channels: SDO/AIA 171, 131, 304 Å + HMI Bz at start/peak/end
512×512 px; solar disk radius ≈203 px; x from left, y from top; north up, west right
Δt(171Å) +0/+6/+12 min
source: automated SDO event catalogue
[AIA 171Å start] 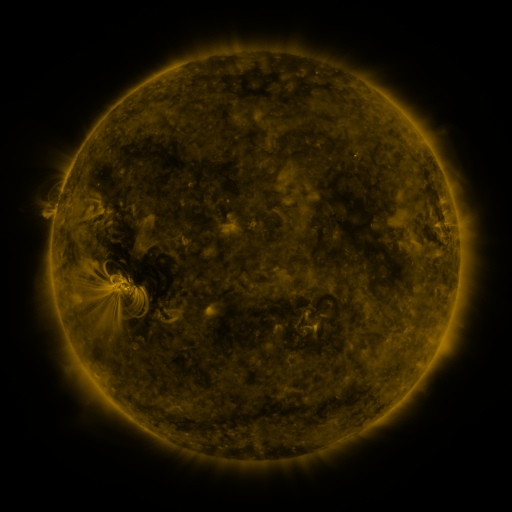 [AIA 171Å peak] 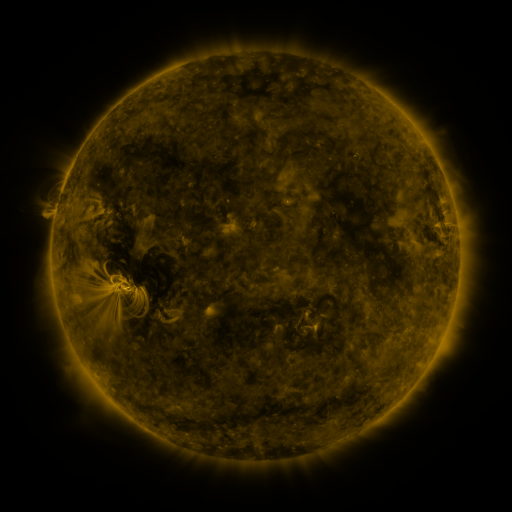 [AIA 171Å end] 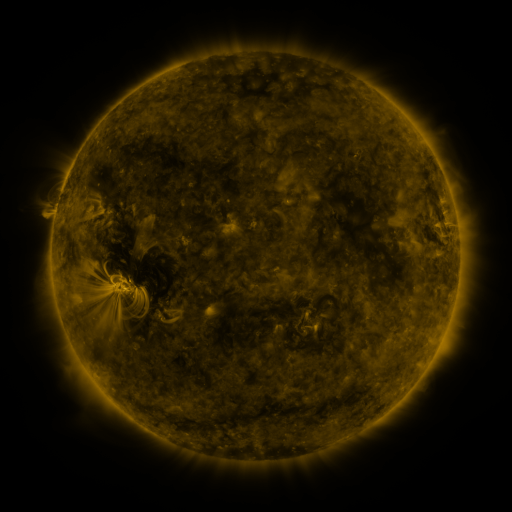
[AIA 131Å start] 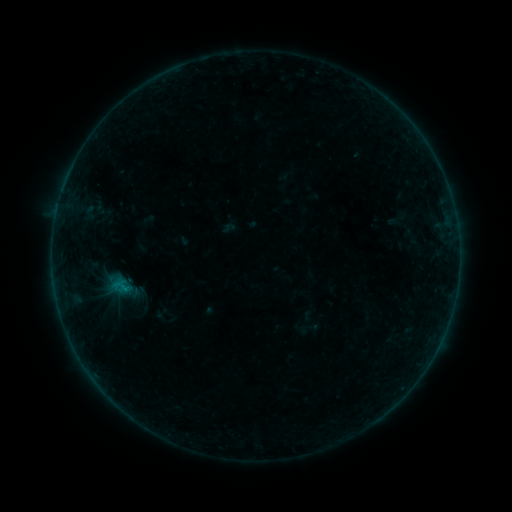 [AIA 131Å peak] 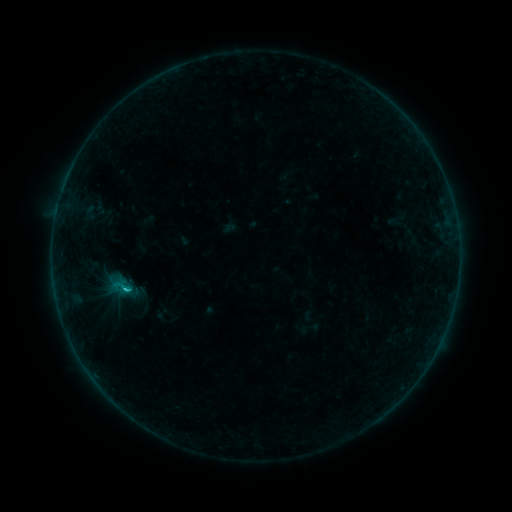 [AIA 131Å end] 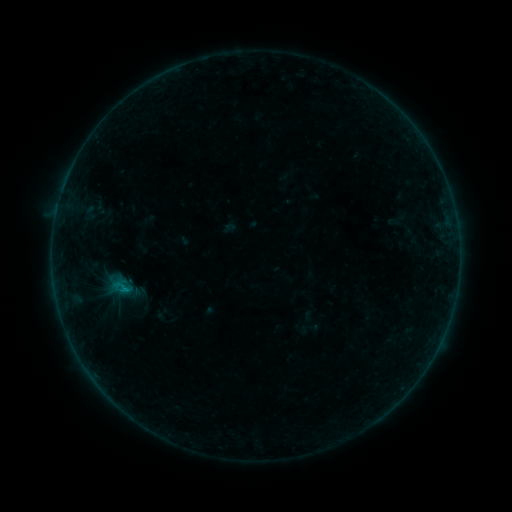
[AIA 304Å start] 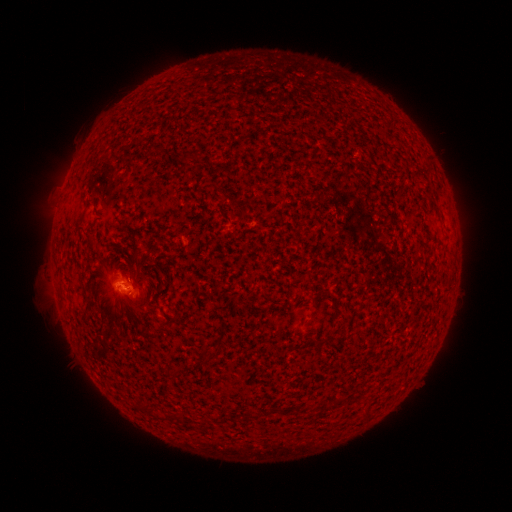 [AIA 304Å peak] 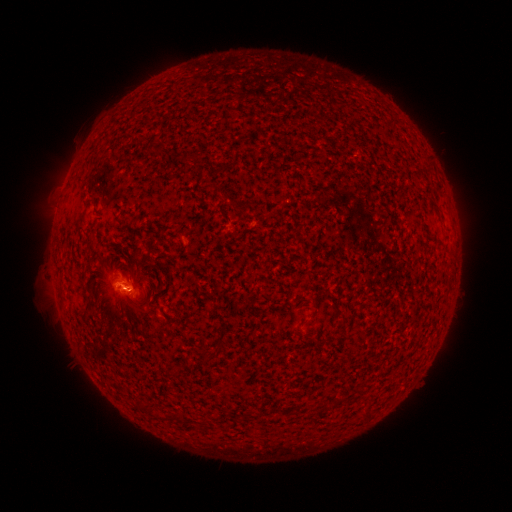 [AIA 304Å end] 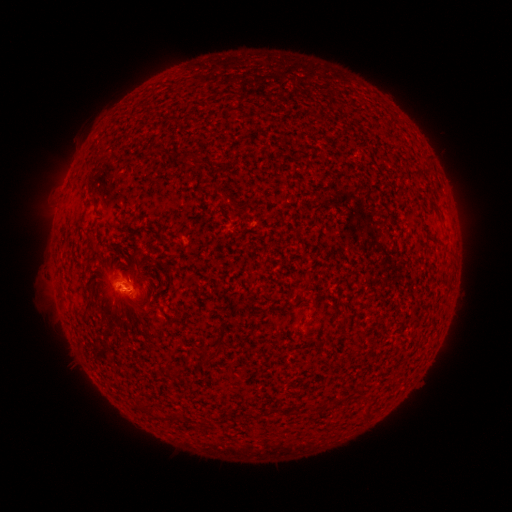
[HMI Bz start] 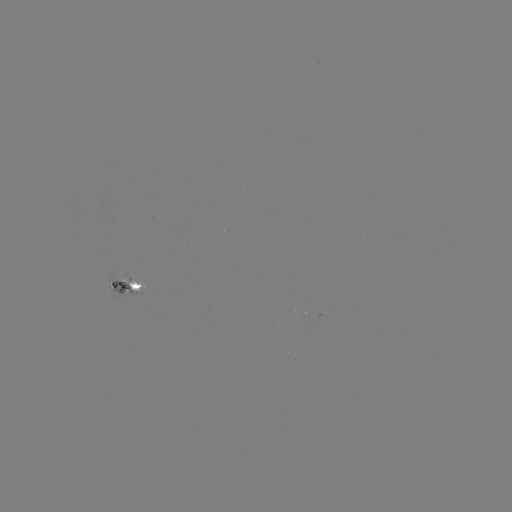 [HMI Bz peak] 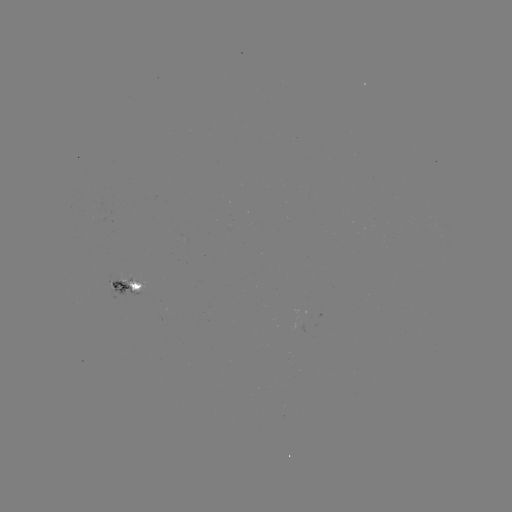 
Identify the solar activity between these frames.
B6.0 flare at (128, 287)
